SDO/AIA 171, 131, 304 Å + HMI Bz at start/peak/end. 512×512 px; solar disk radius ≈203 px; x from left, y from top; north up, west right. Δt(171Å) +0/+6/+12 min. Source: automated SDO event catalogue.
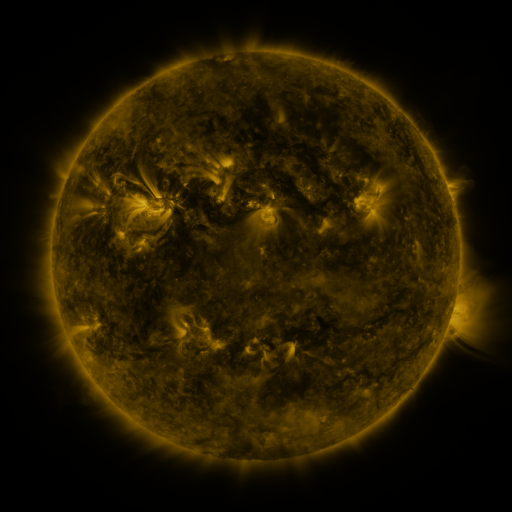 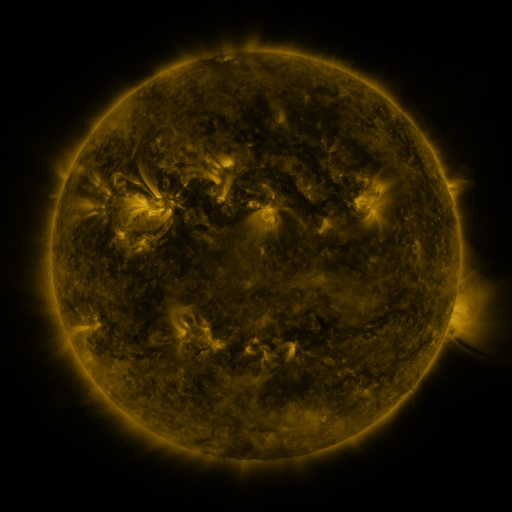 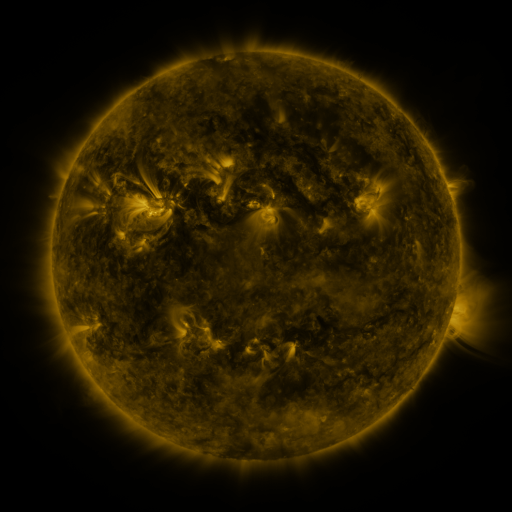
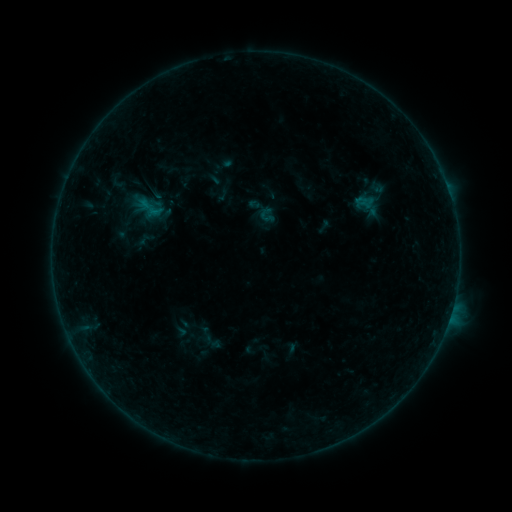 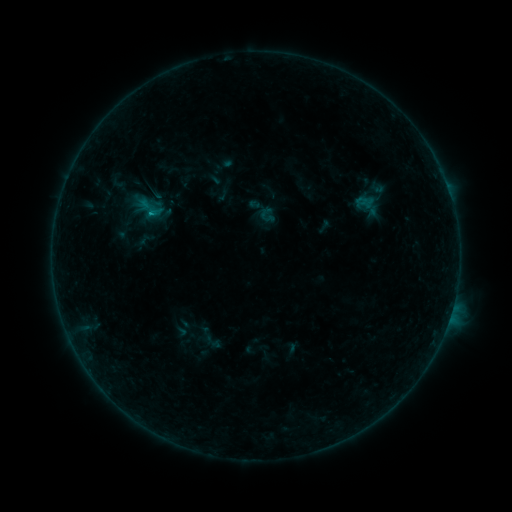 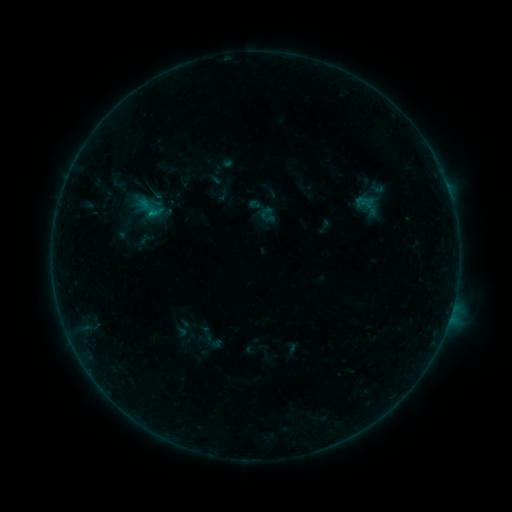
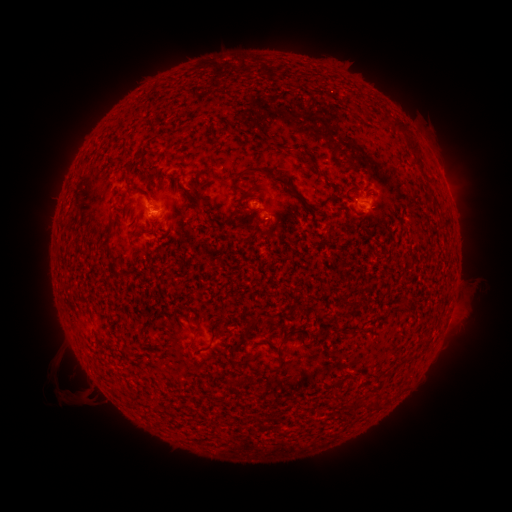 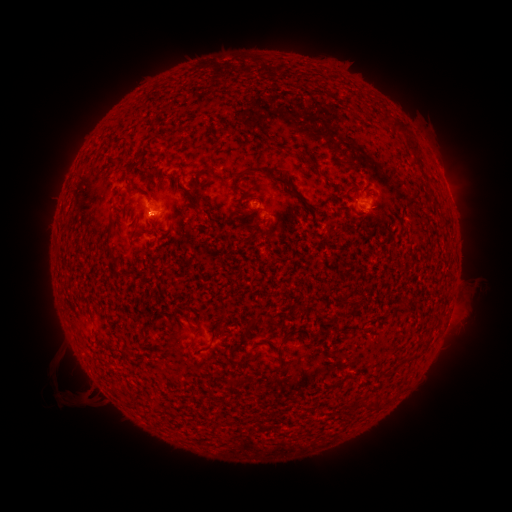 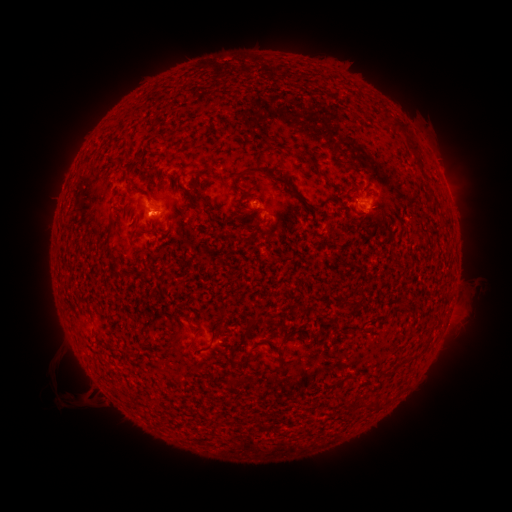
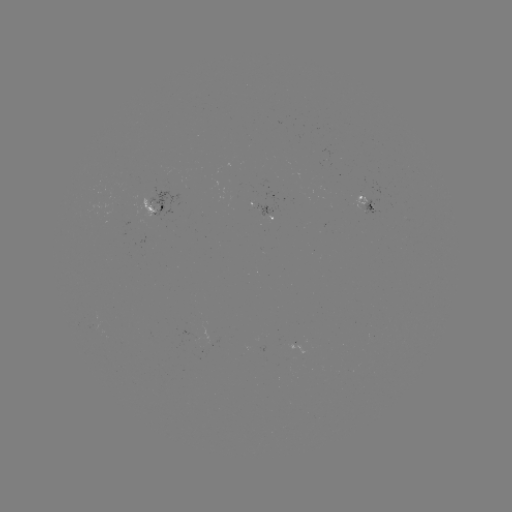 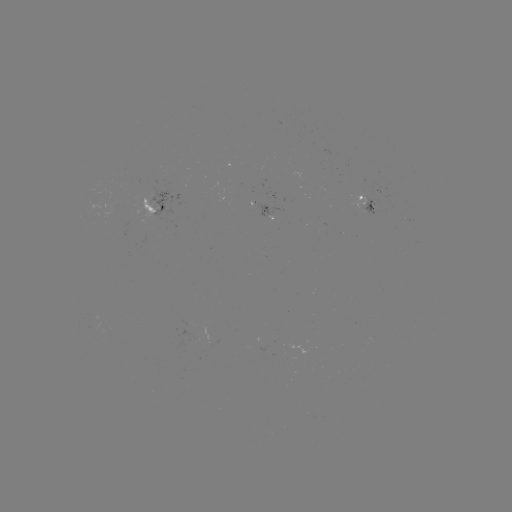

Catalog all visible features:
B3.7 flare: (154, 215)
